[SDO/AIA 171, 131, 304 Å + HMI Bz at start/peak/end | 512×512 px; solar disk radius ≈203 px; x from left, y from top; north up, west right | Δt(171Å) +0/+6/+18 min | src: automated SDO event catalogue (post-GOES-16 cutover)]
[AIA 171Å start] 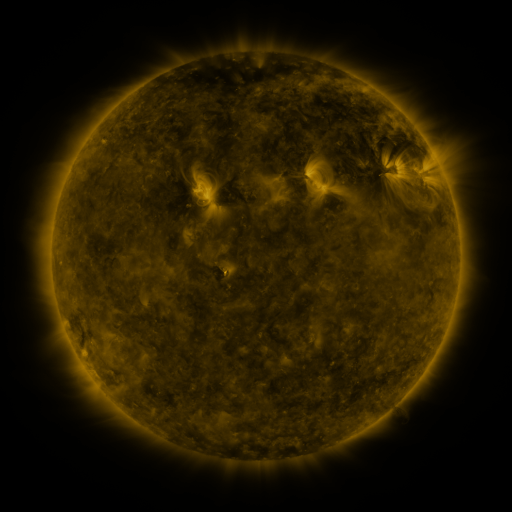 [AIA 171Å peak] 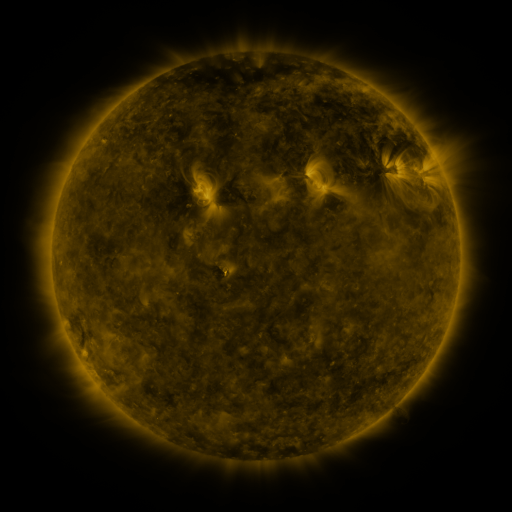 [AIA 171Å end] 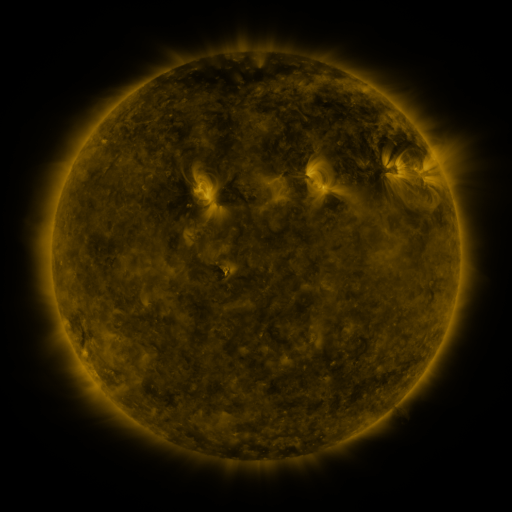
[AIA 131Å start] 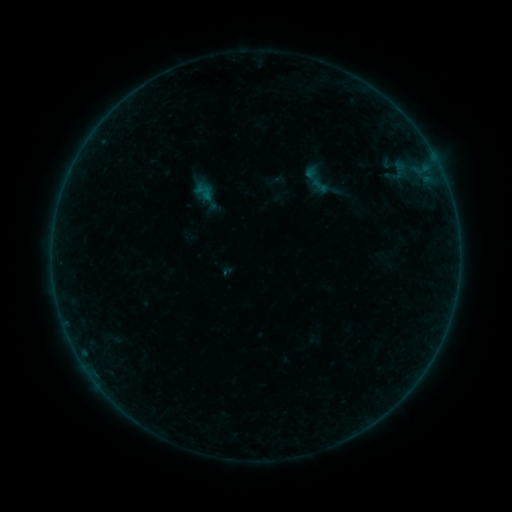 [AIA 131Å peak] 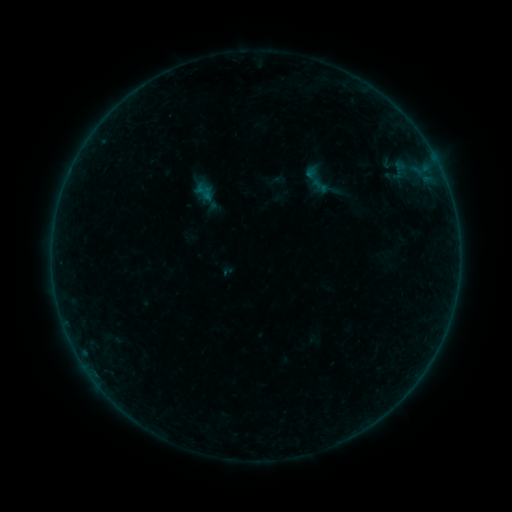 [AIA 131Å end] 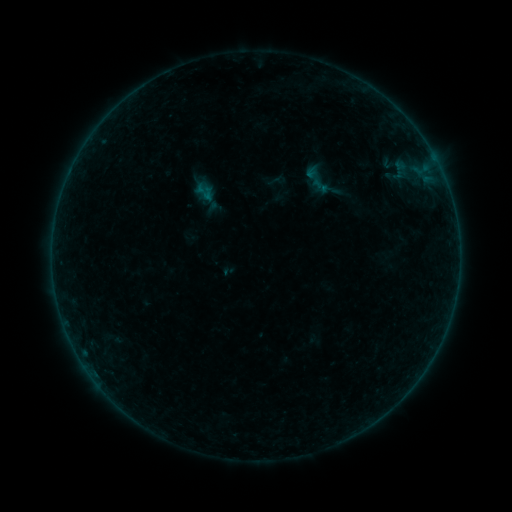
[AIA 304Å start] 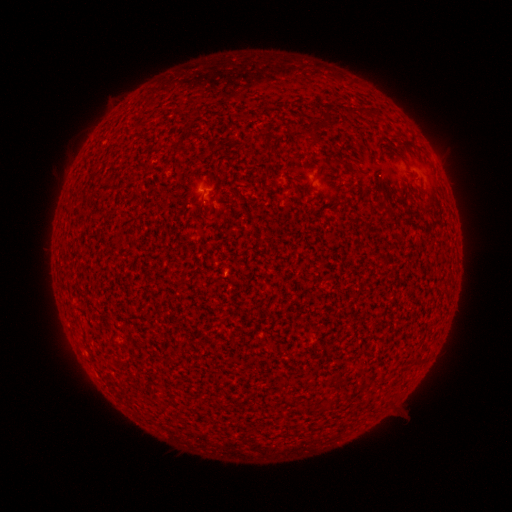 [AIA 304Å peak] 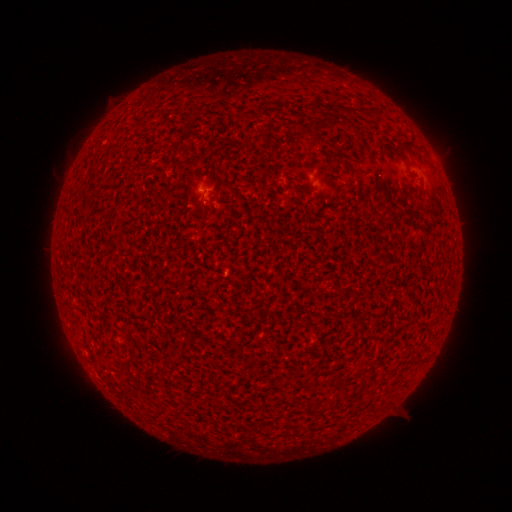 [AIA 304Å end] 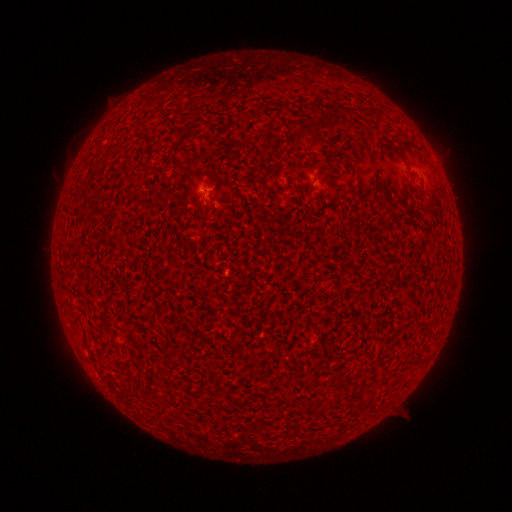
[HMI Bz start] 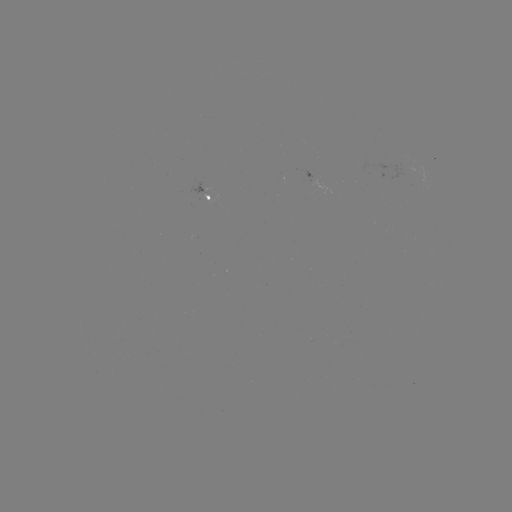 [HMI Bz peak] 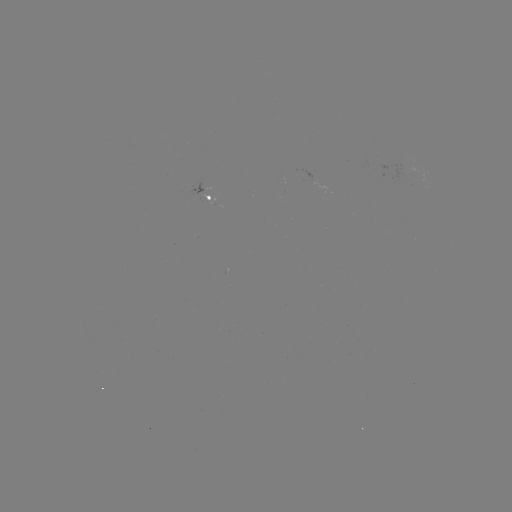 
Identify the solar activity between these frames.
A6.4 flare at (204, 193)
